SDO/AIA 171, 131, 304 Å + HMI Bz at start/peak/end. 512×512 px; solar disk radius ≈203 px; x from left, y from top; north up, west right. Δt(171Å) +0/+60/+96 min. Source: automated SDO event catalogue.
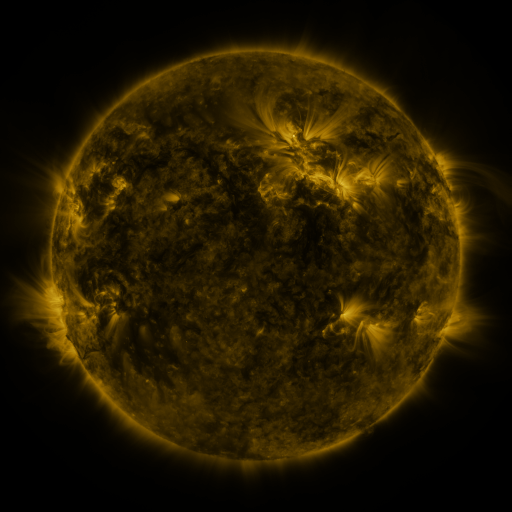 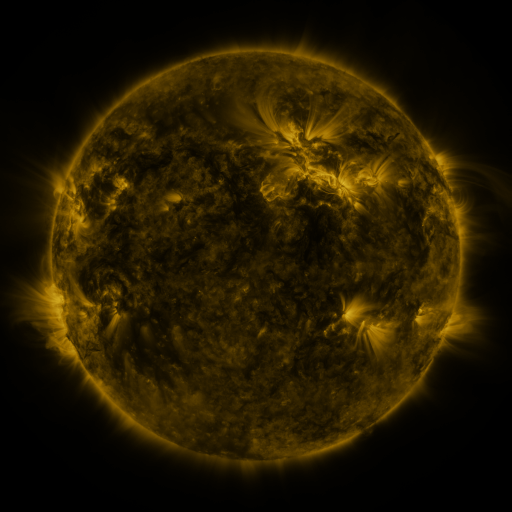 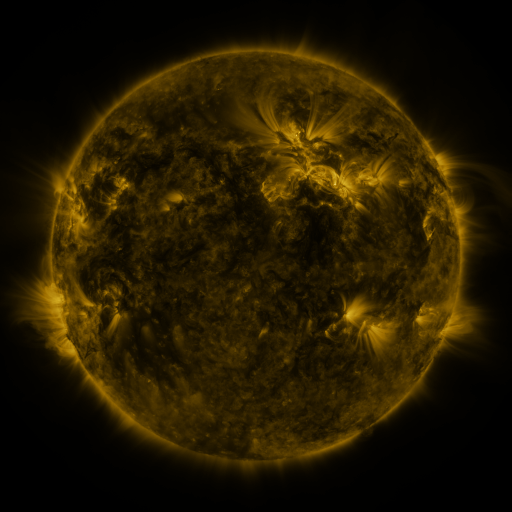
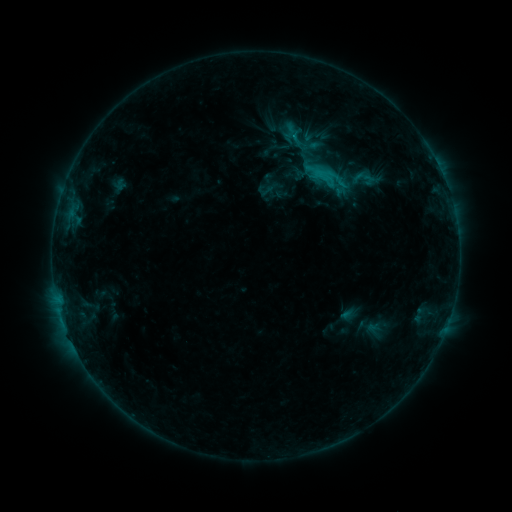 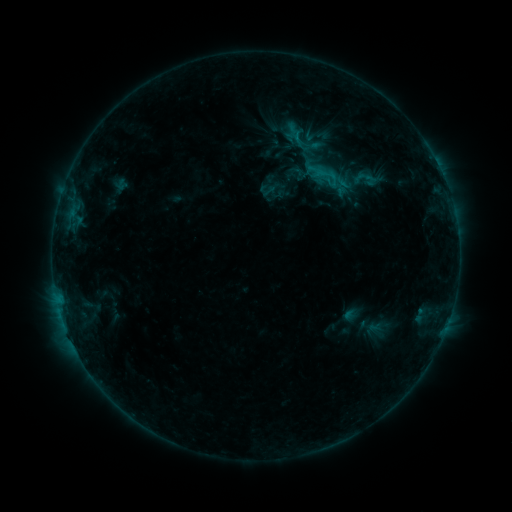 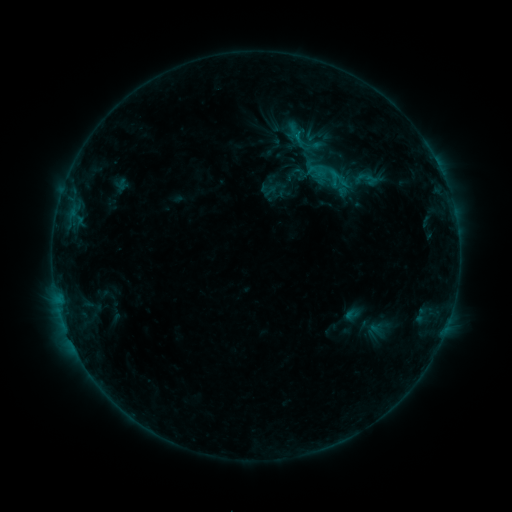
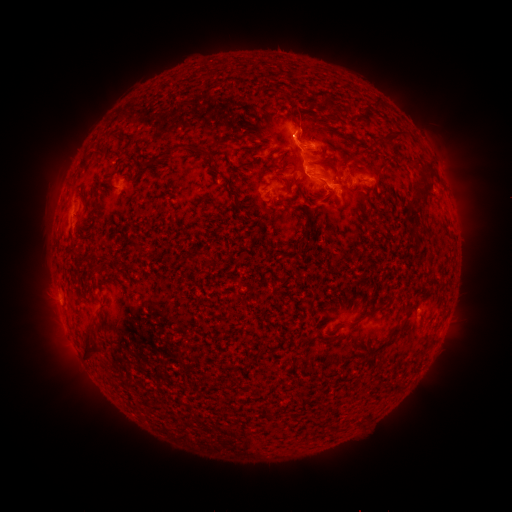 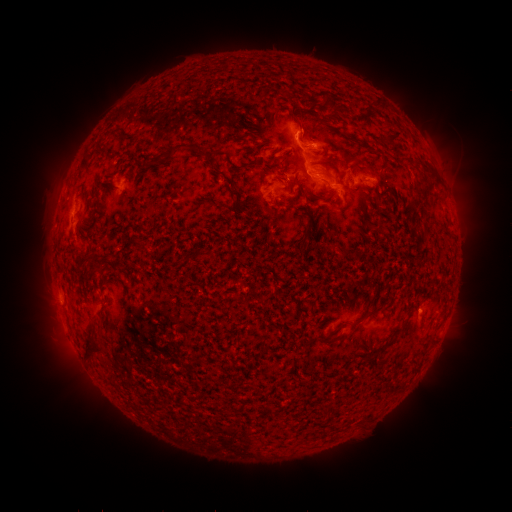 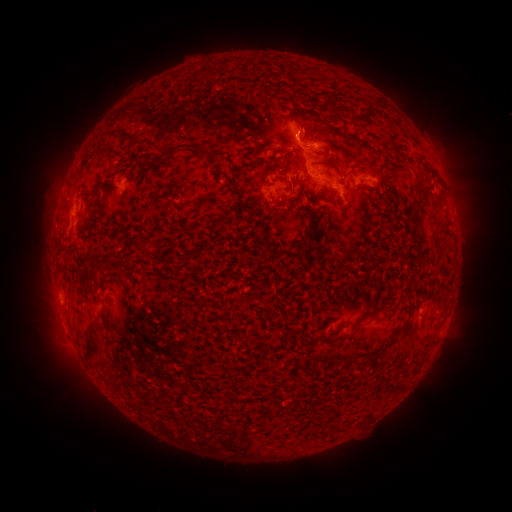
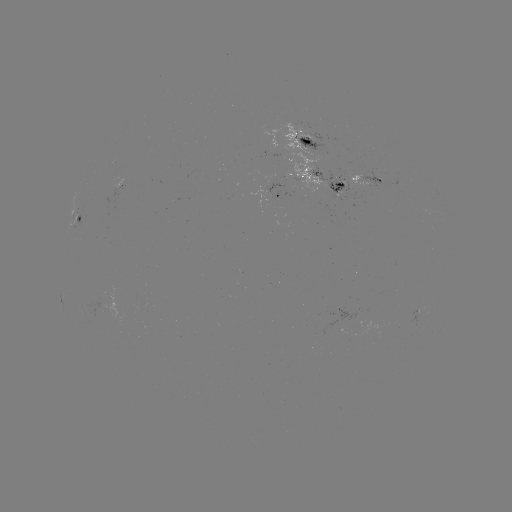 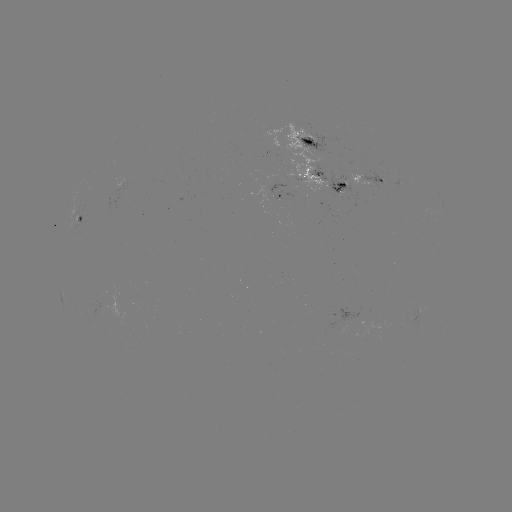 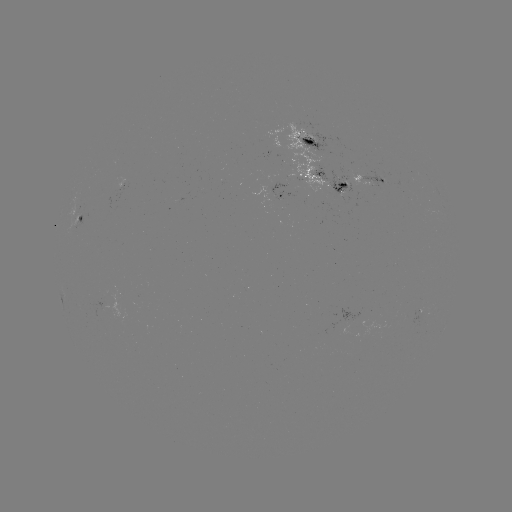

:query emerging-flux region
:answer (291, 155)